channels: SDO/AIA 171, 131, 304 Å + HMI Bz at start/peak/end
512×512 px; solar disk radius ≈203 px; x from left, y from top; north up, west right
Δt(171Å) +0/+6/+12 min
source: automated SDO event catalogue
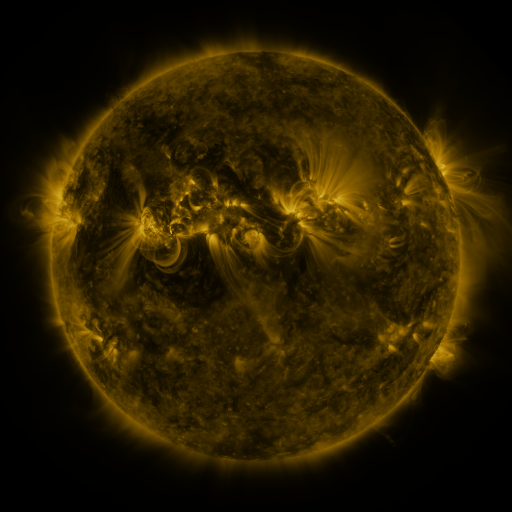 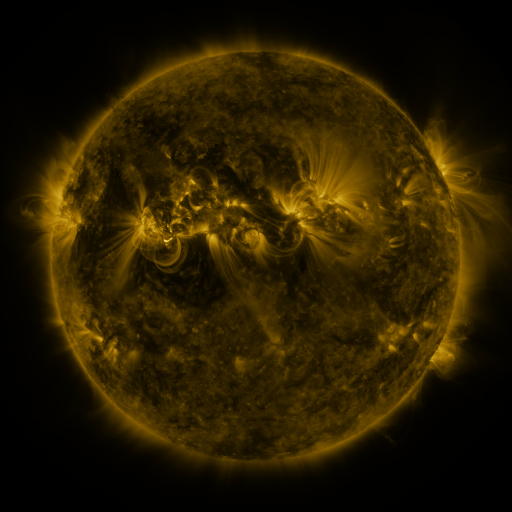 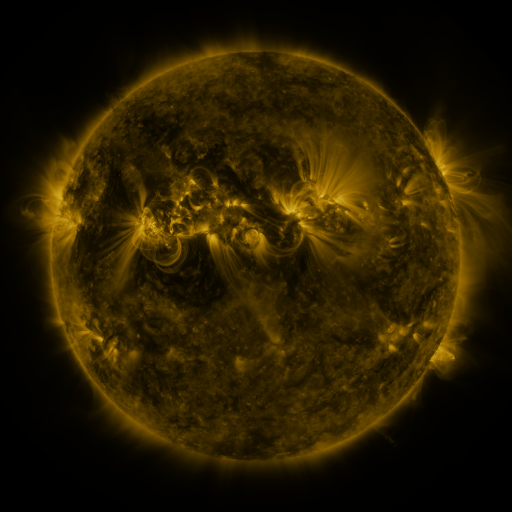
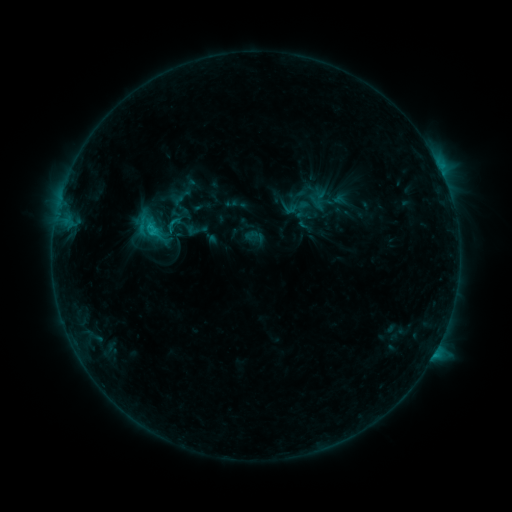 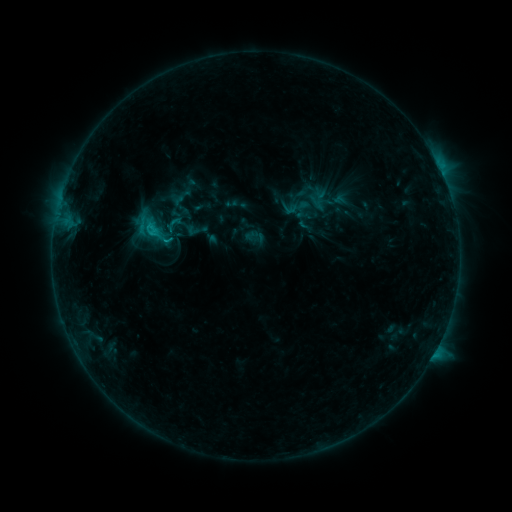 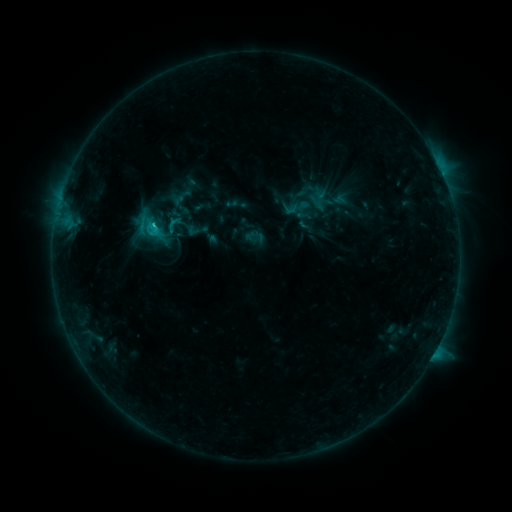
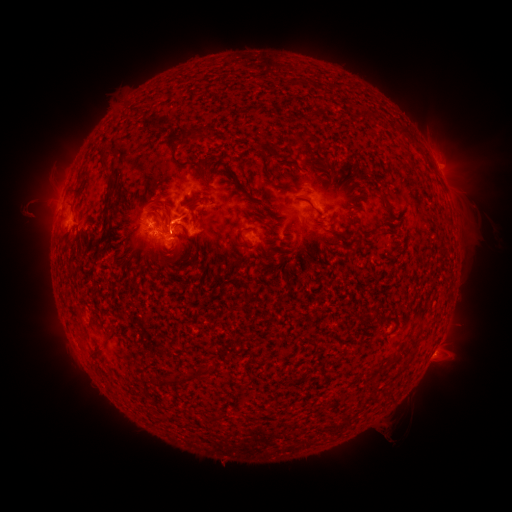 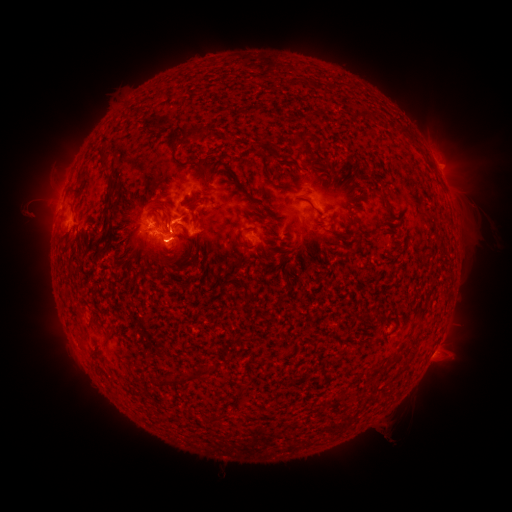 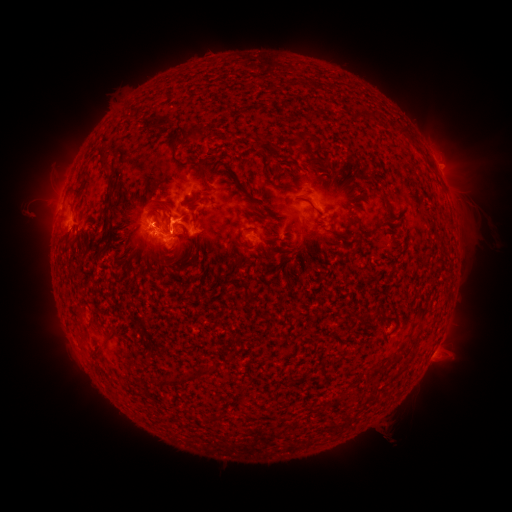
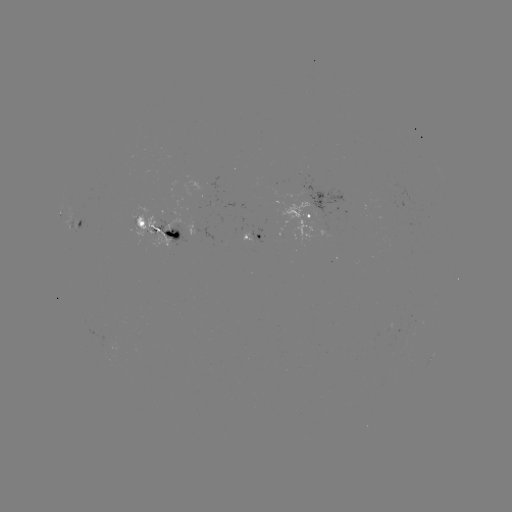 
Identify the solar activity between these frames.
eruption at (166, 256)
